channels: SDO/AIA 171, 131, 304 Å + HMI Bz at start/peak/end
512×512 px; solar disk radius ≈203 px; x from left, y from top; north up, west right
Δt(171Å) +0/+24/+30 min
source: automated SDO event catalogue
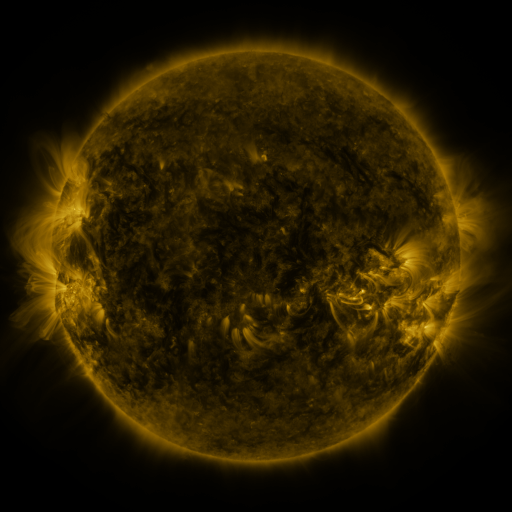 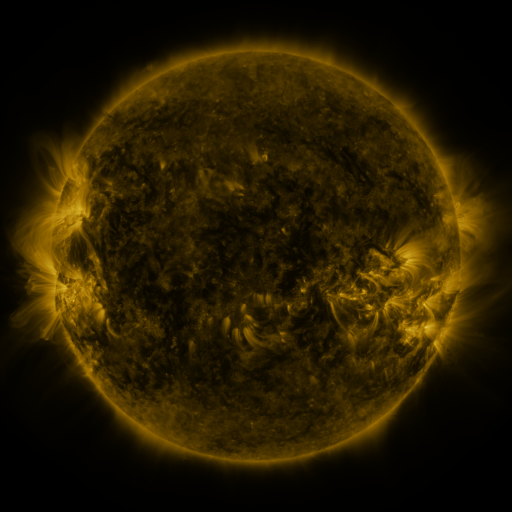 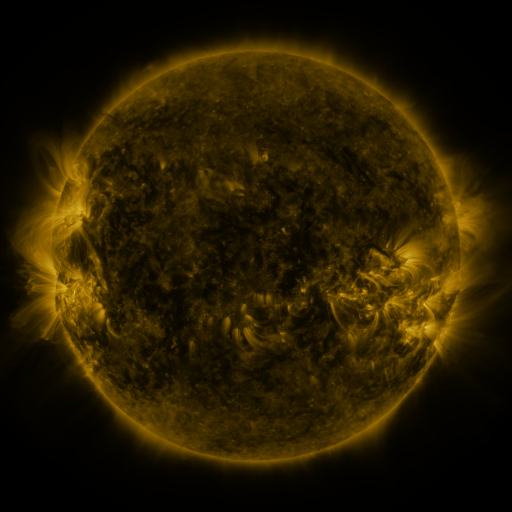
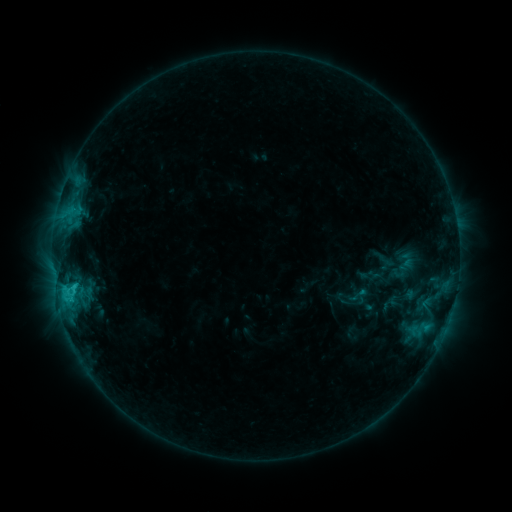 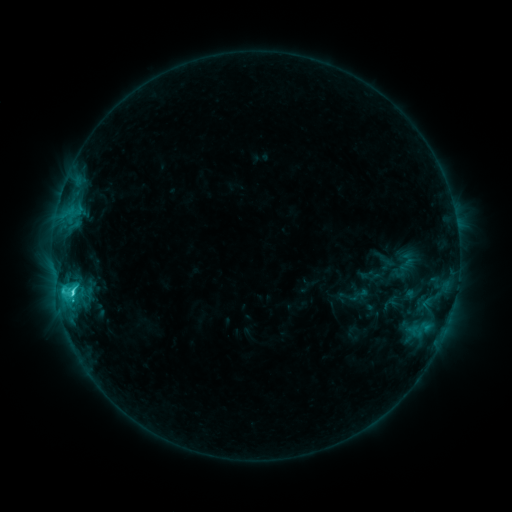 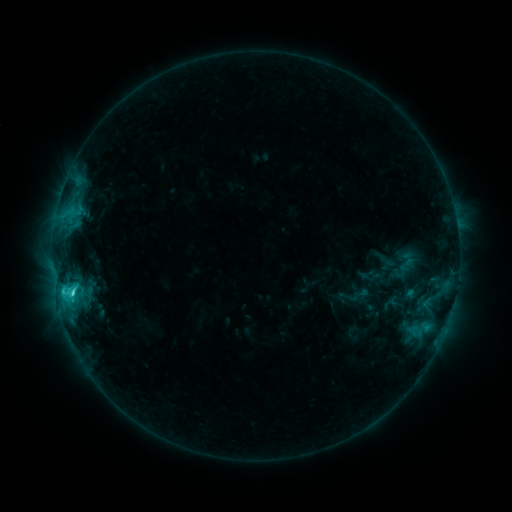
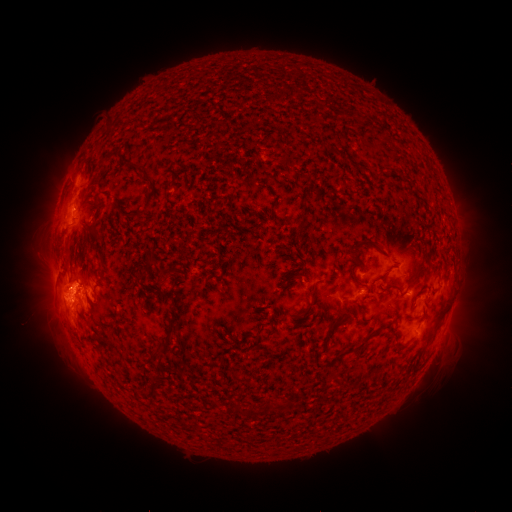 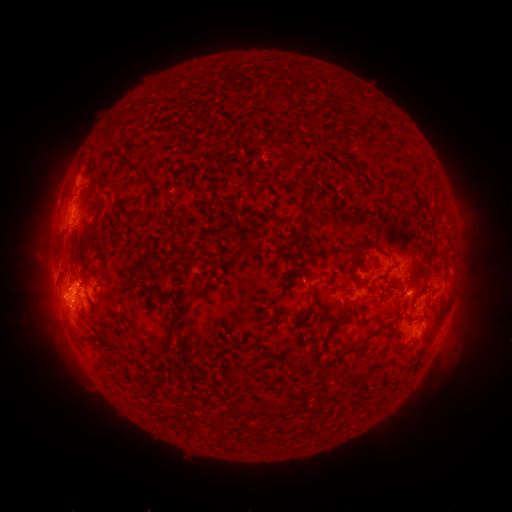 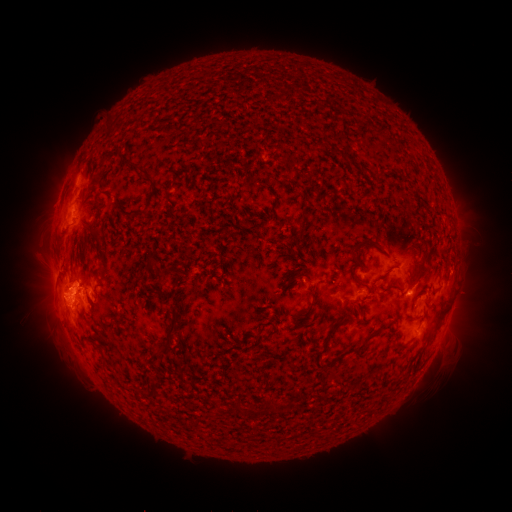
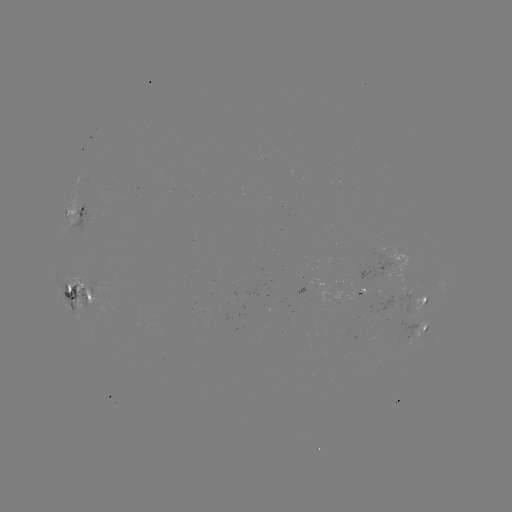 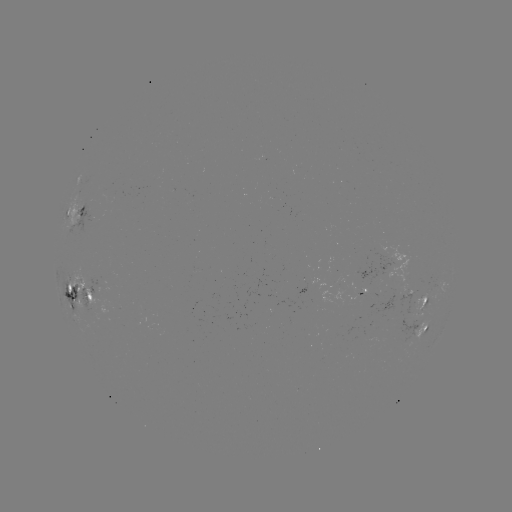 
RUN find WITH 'C3.5 flare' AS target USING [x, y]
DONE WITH [72, 290] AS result